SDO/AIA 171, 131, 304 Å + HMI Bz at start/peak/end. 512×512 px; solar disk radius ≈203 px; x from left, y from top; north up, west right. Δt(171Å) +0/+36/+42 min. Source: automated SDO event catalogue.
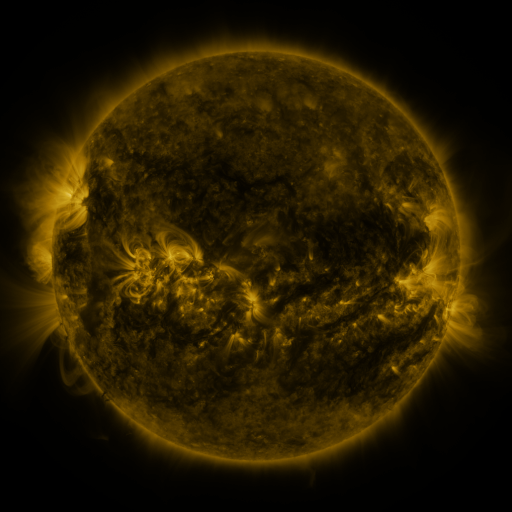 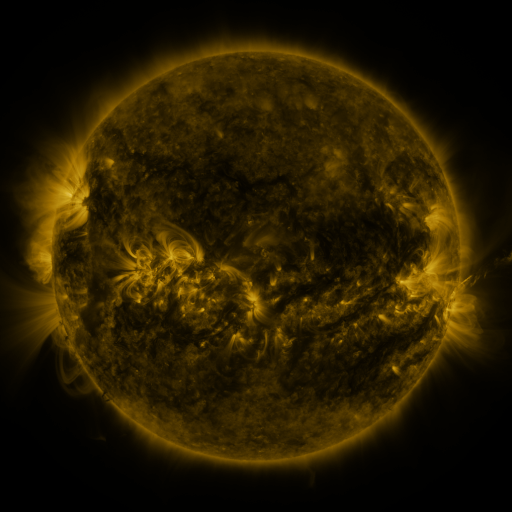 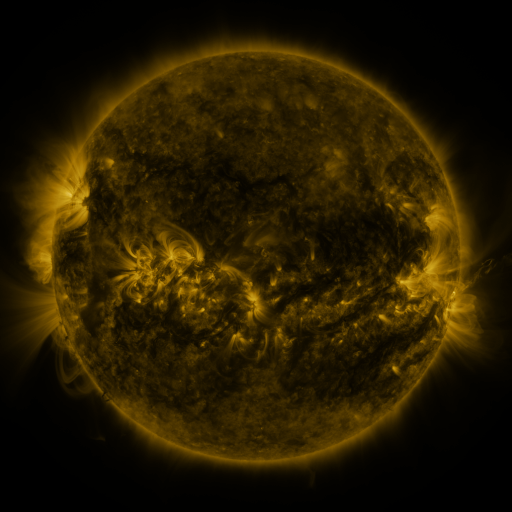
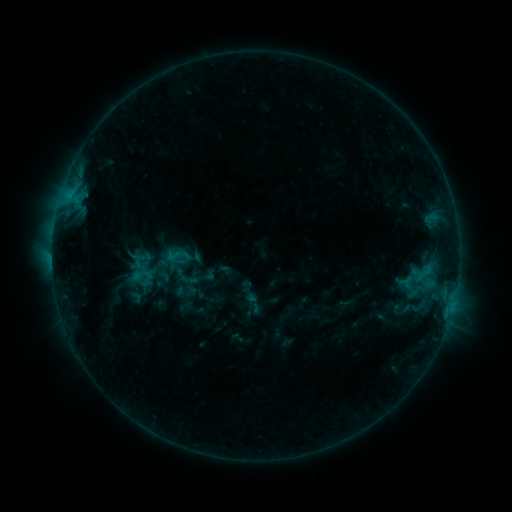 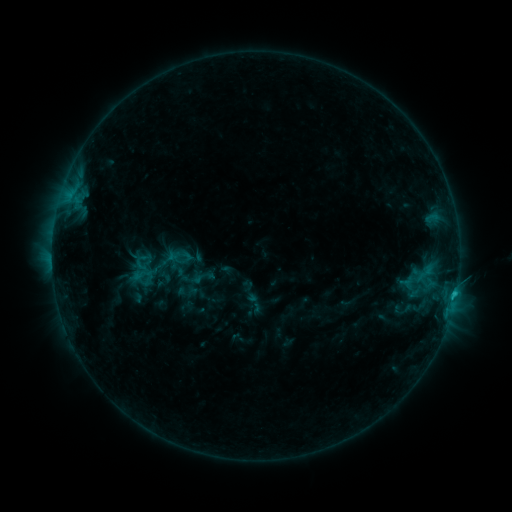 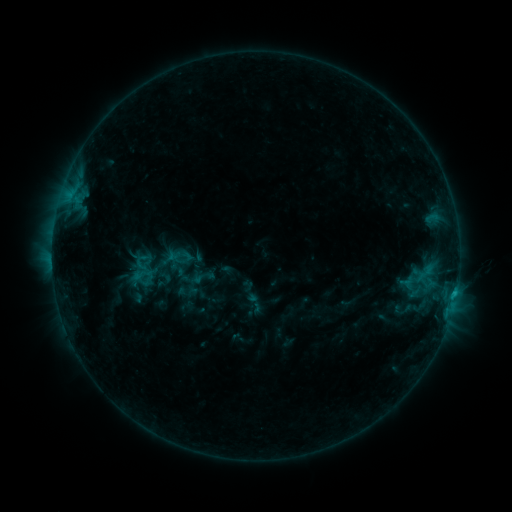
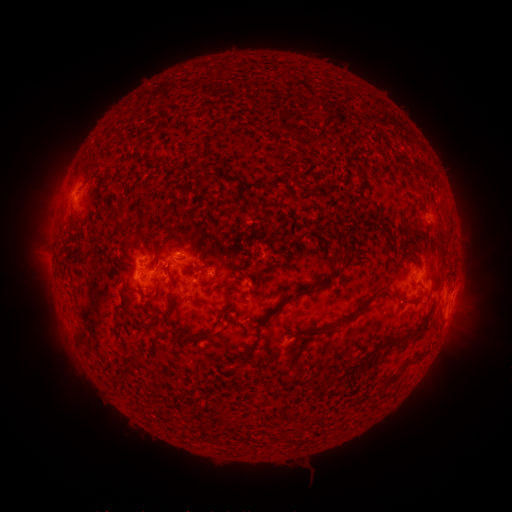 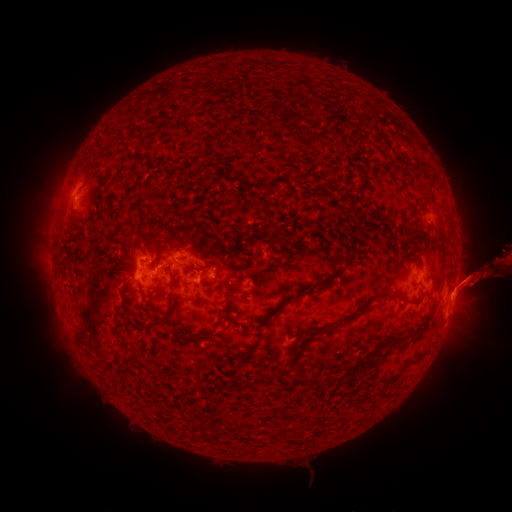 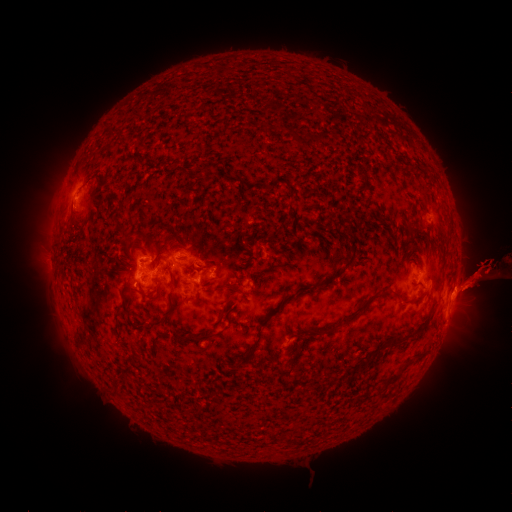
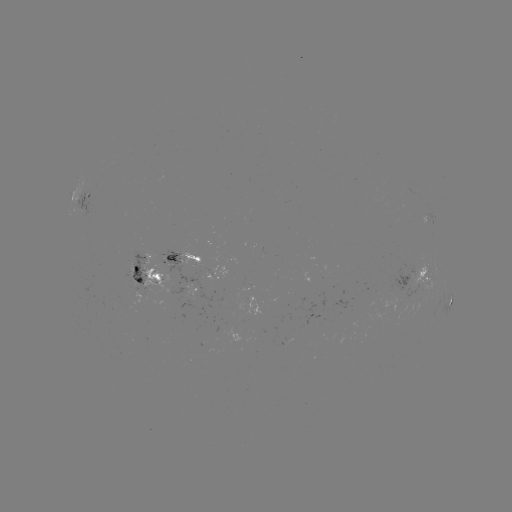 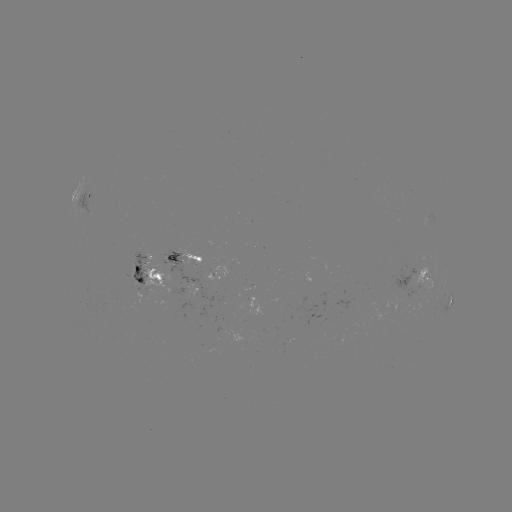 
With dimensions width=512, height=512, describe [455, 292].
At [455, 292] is C1.6 flare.